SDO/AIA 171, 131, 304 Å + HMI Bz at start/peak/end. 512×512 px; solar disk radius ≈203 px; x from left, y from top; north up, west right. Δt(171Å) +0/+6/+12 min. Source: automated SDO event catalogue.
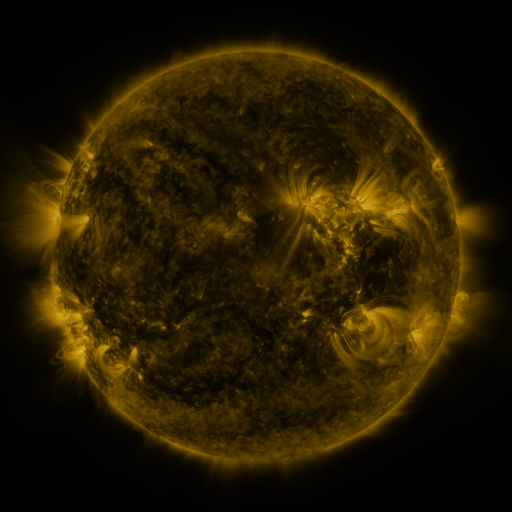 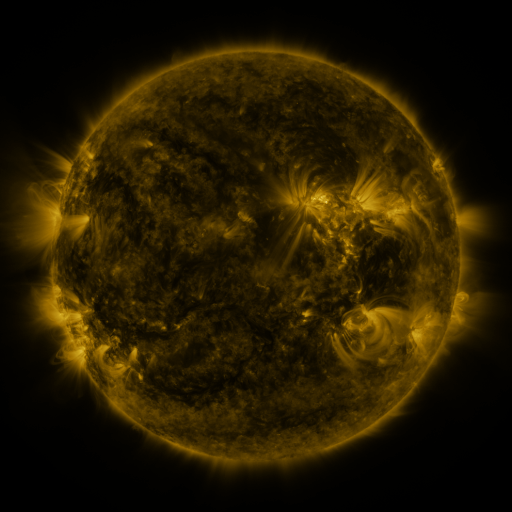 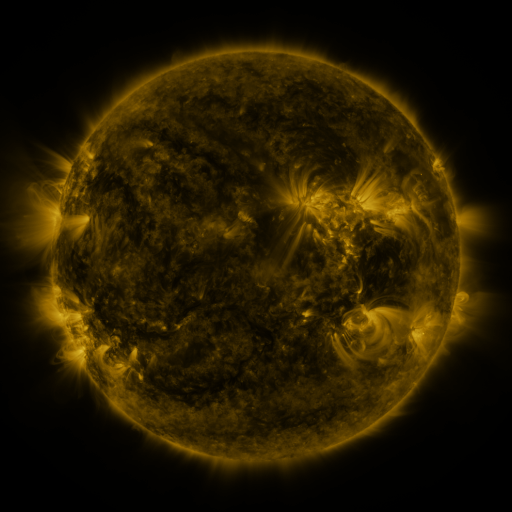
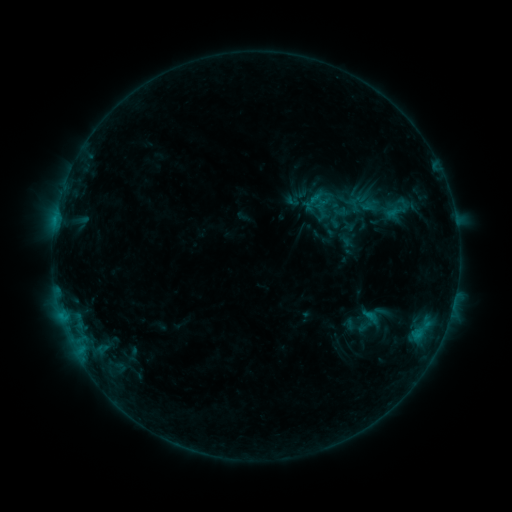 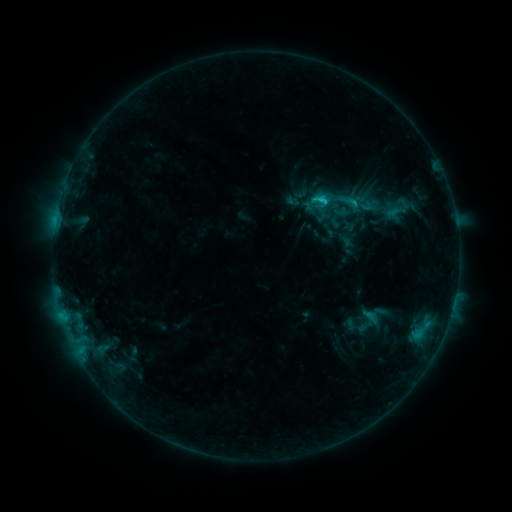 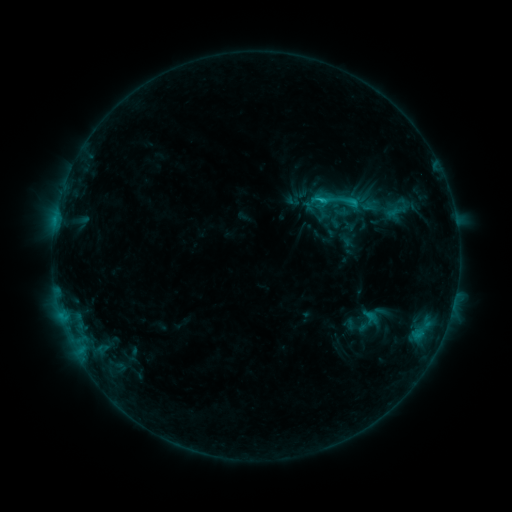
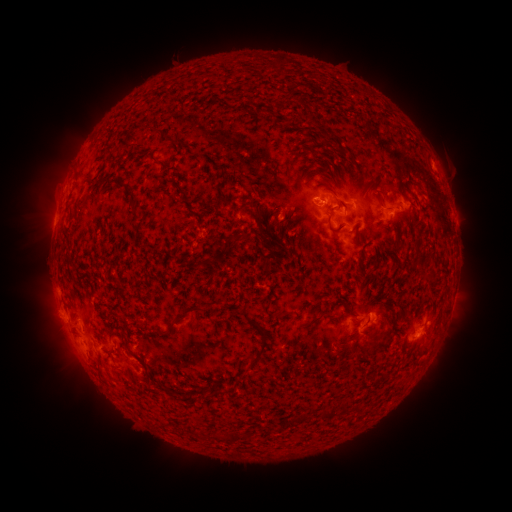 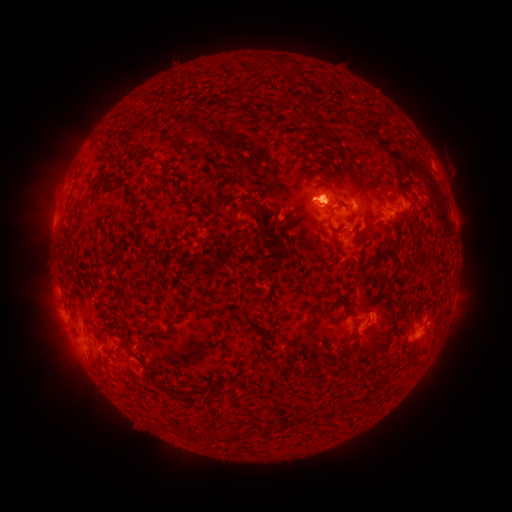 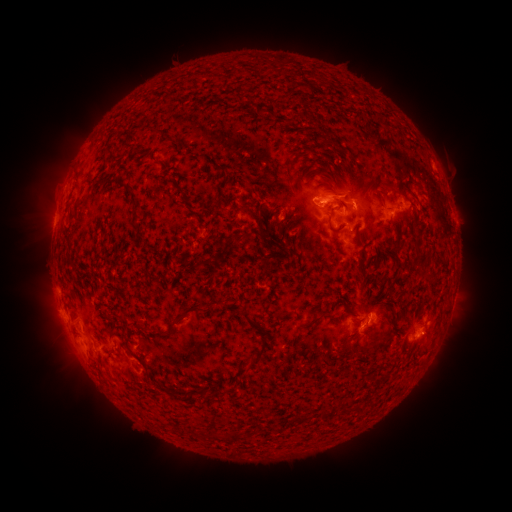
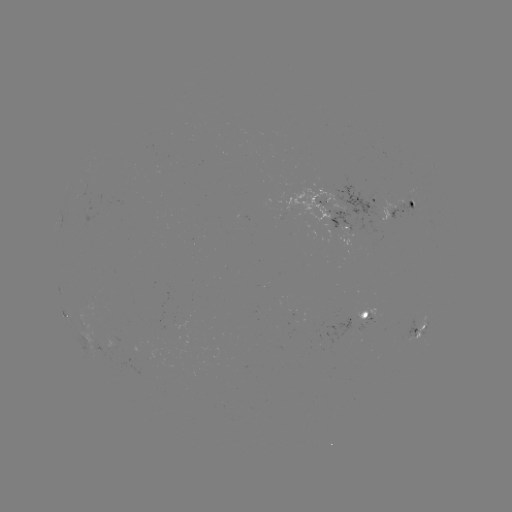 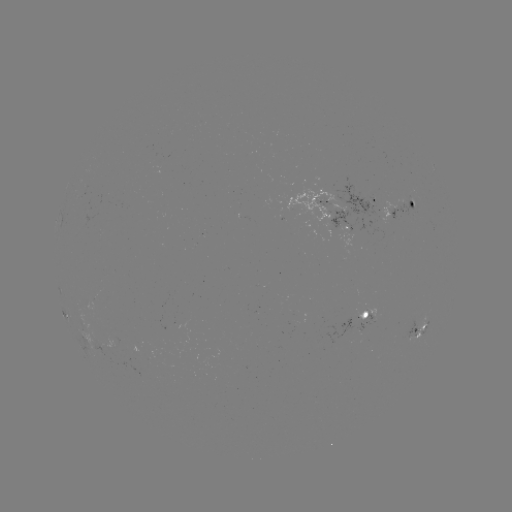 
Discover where eruption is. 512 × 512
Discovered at [331, 187].